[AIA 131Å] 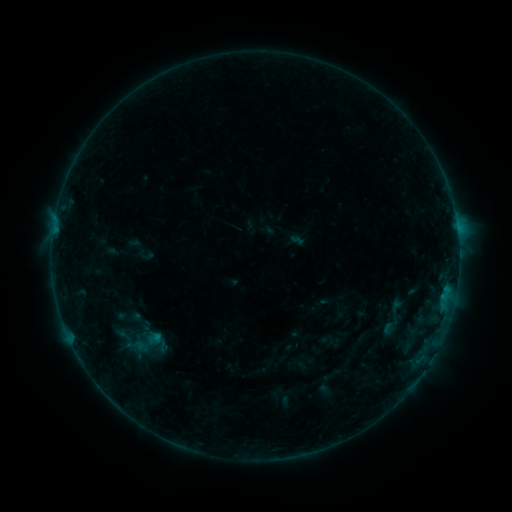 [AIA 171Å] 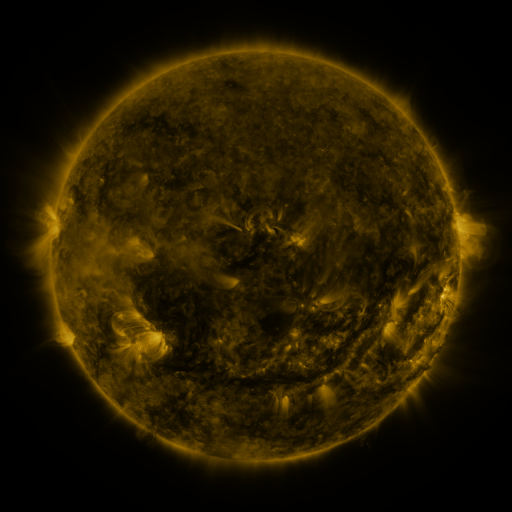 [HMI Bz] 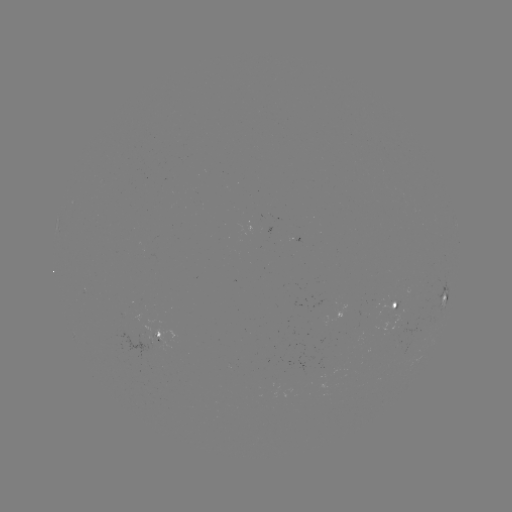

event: sigmoid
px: (150, 344)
